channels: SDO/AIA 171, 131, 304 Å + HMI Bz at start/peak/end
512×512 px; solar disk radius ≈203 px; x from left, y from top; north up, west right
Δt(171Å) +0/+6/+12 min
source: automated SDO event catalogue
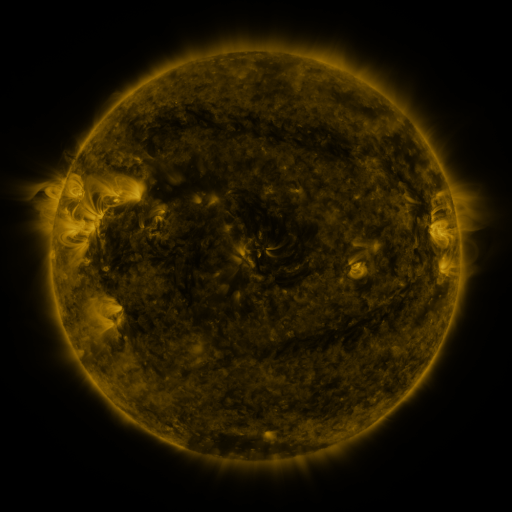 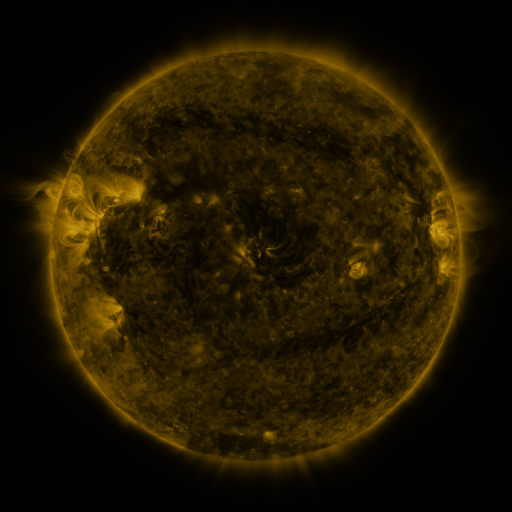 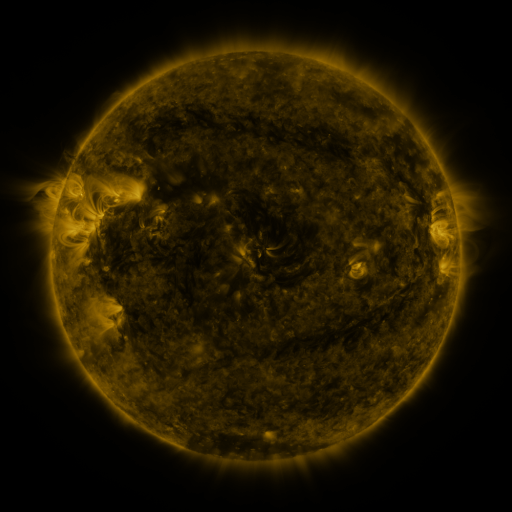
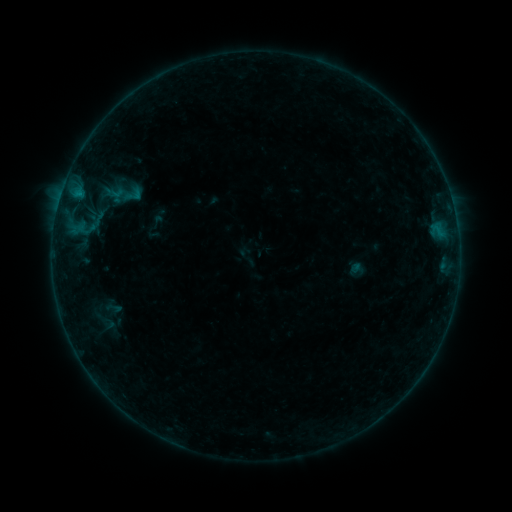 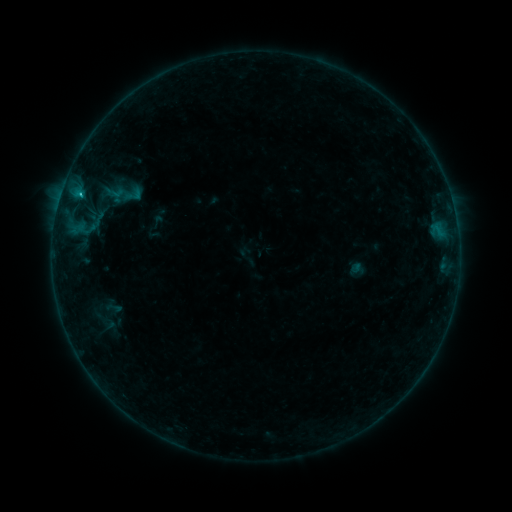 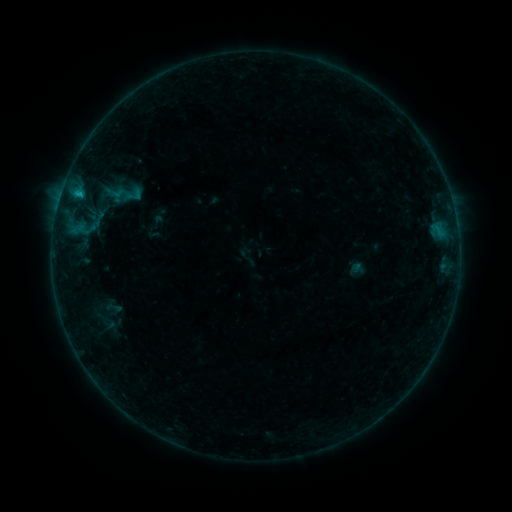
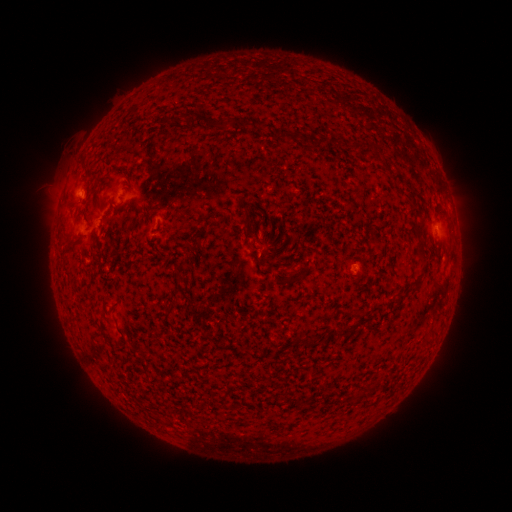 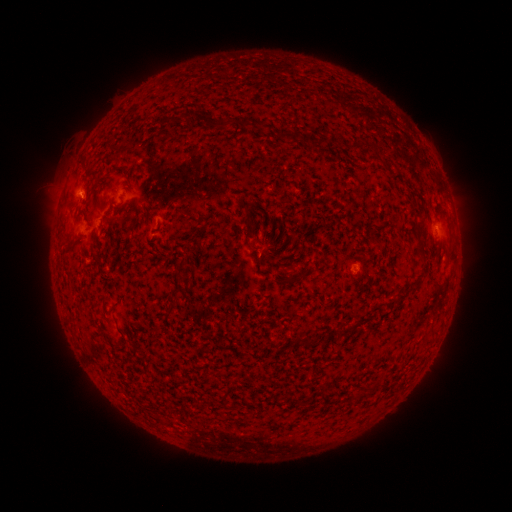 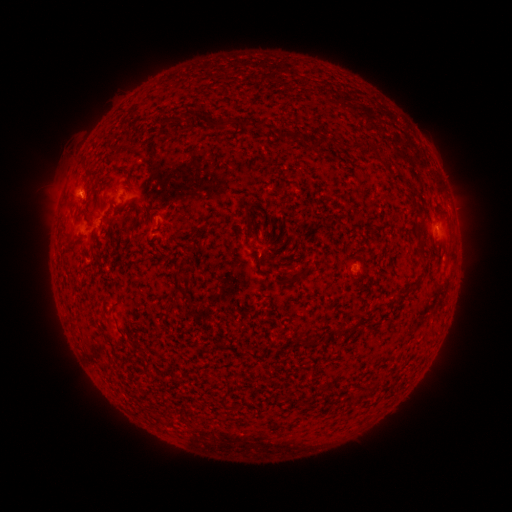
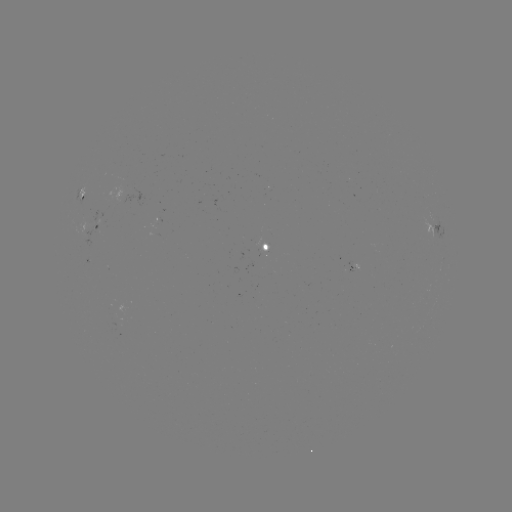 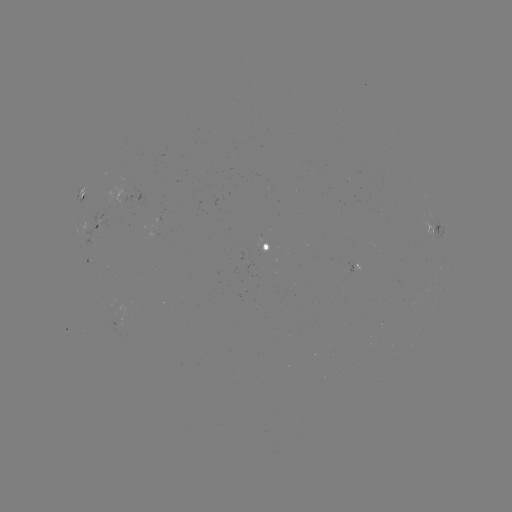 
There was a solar flare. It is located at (80, 196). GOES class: B5.7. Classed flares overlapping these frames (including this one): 1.